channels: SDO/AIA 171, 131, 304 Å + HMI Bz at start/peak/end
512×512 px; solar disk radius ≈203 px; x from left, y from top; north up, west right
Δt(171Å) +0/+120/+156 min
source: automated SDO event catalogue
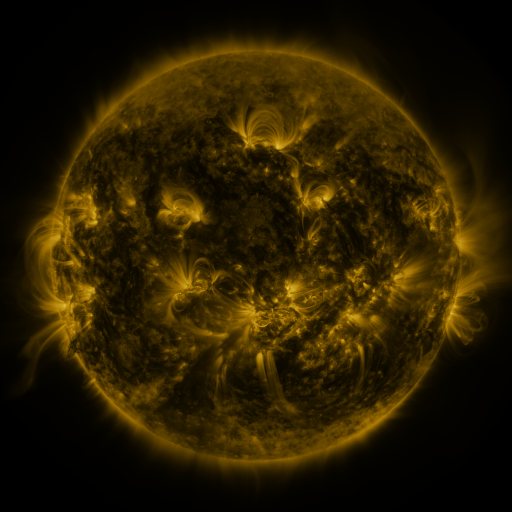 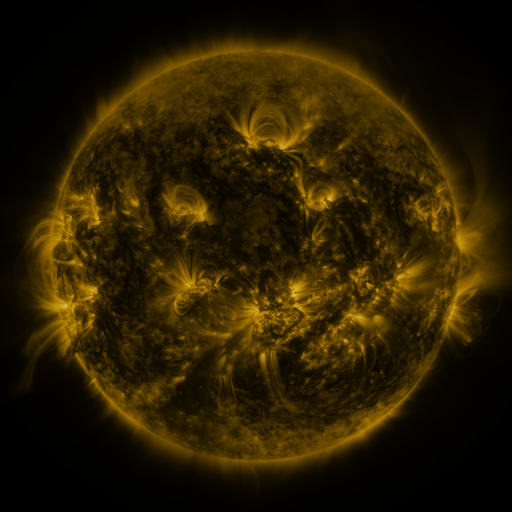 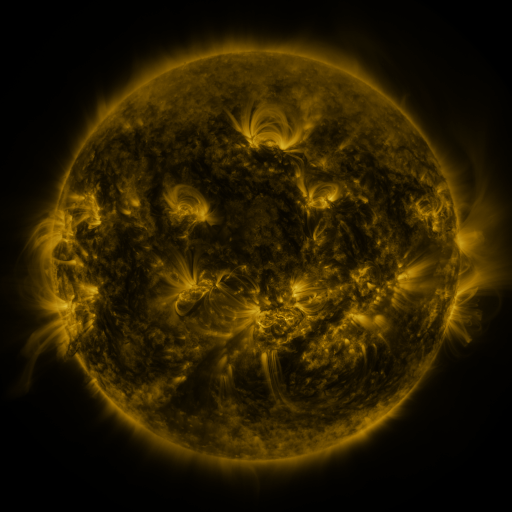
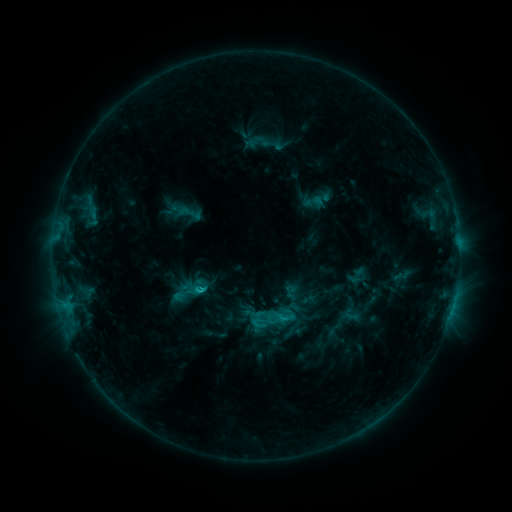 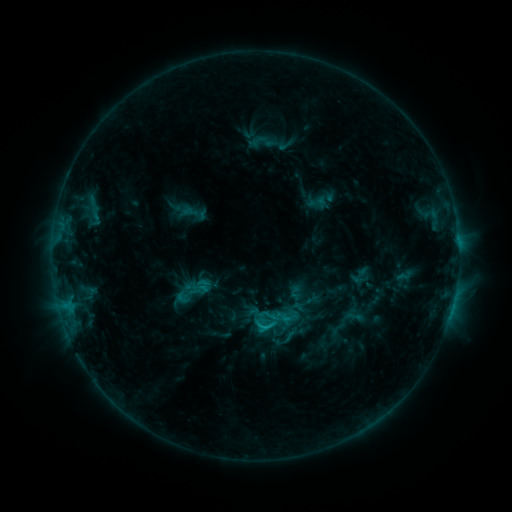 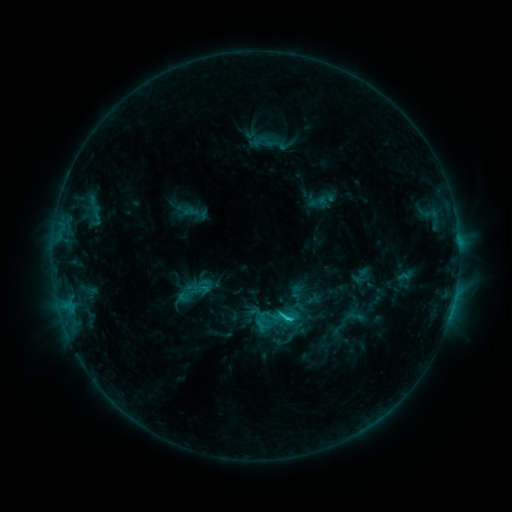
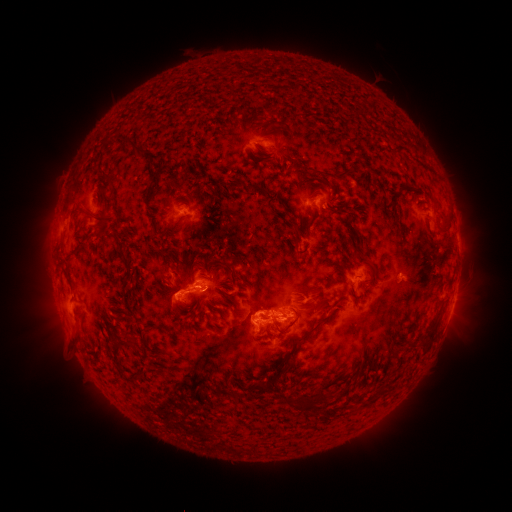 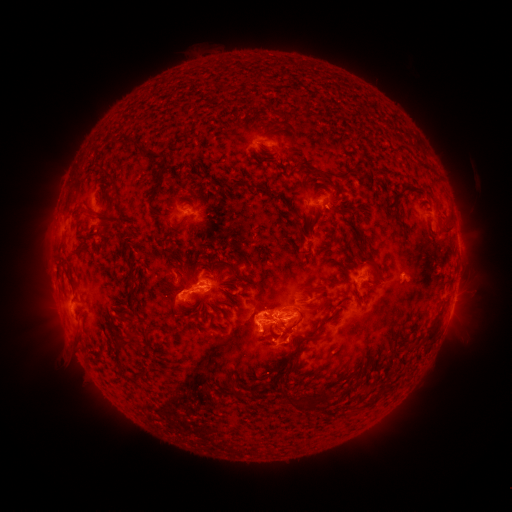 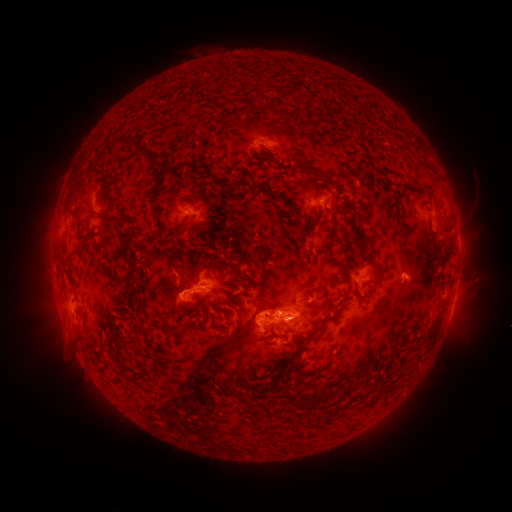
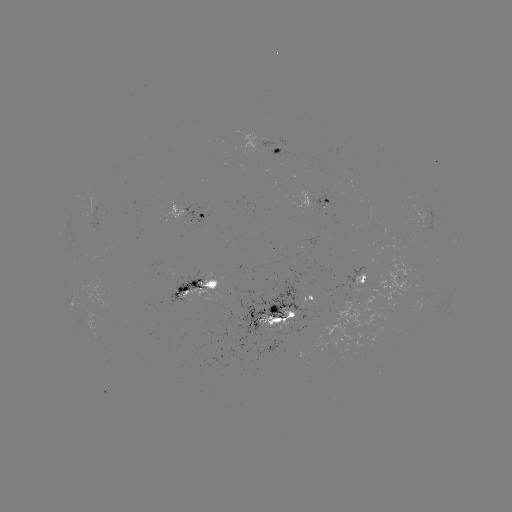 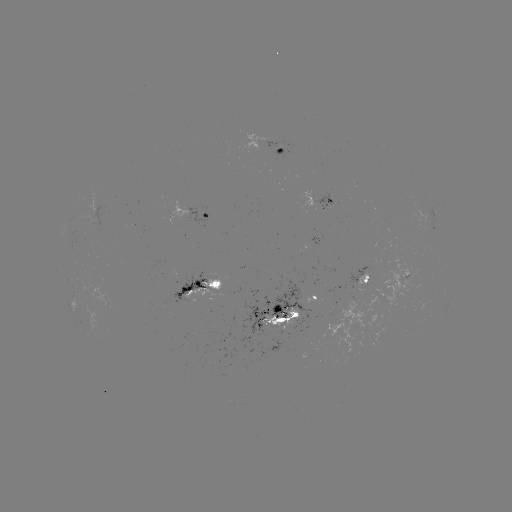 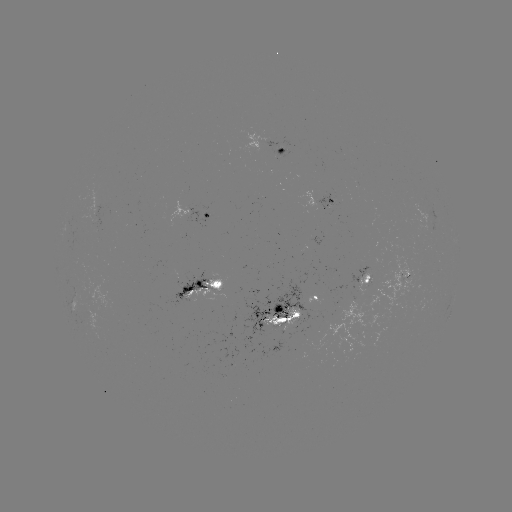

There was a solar emerging-flux region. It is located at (366, 281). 